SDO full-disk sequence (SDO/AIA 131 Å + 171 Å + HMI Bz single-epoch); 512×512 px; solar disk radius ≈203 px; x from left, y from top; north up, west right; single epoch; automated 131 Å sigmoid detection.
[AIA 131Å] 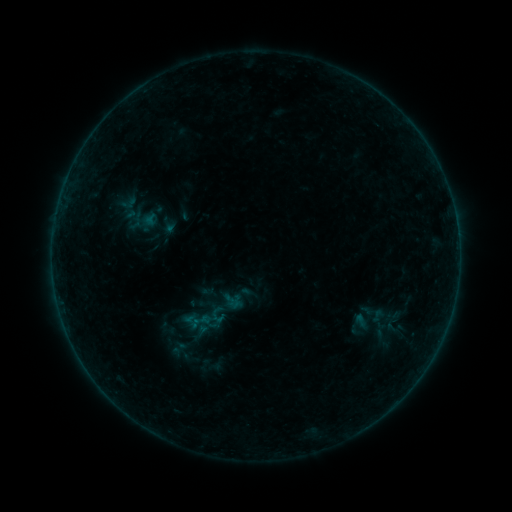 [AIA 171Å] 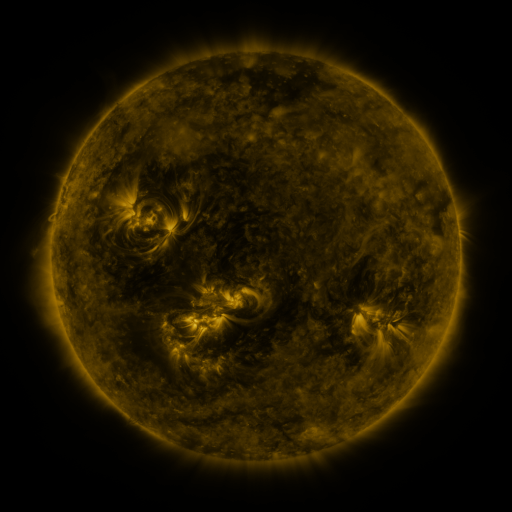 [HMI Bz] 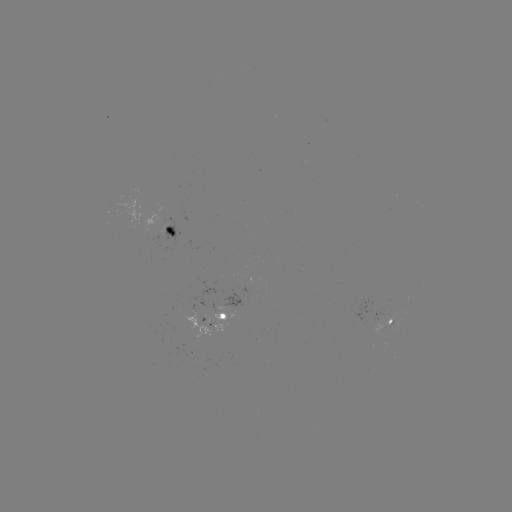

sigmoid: [208, 292, 241, 325]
